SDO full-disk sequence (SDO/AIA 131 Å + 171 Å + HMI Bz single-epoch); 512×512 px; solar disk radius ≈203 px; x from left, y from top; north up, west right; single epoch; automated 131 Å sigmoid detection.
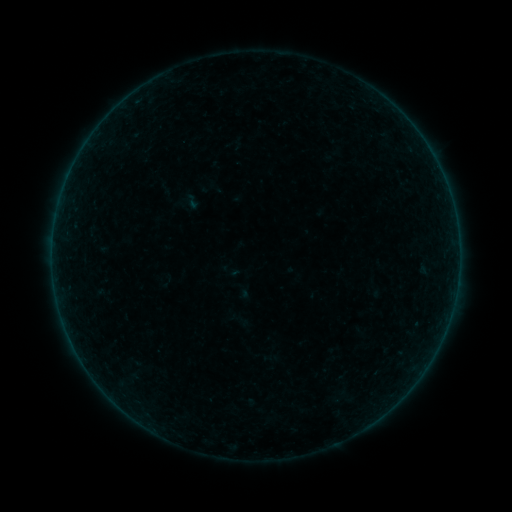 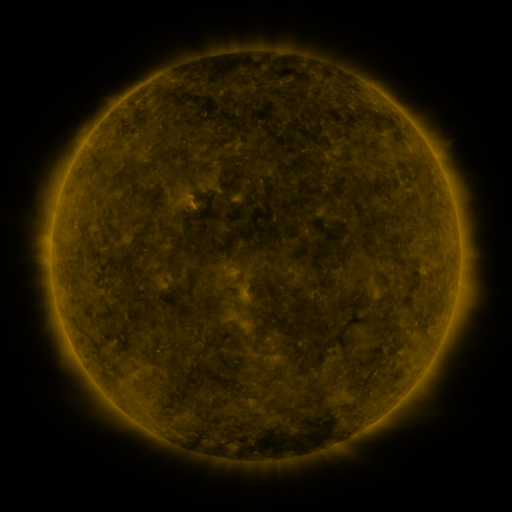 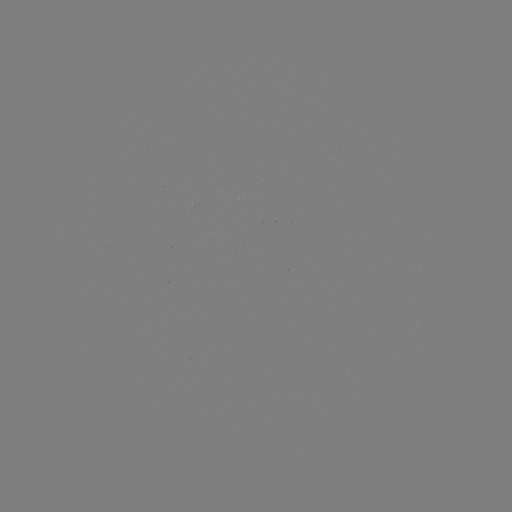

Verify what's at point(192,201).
sigmoid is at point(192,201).